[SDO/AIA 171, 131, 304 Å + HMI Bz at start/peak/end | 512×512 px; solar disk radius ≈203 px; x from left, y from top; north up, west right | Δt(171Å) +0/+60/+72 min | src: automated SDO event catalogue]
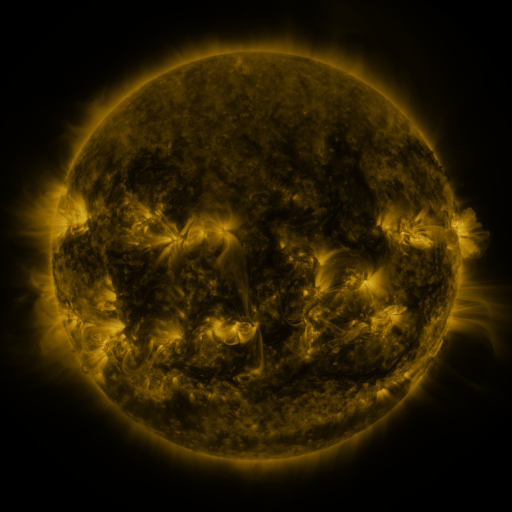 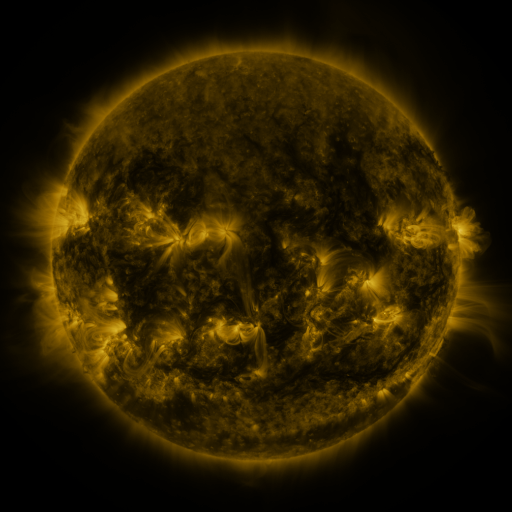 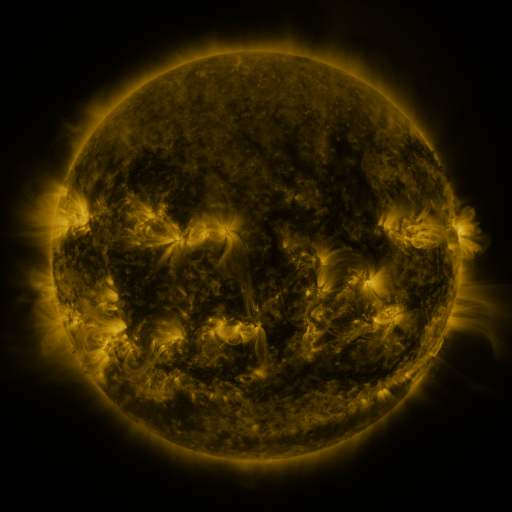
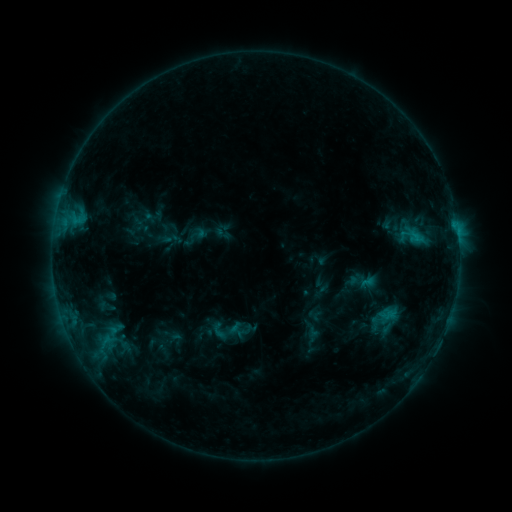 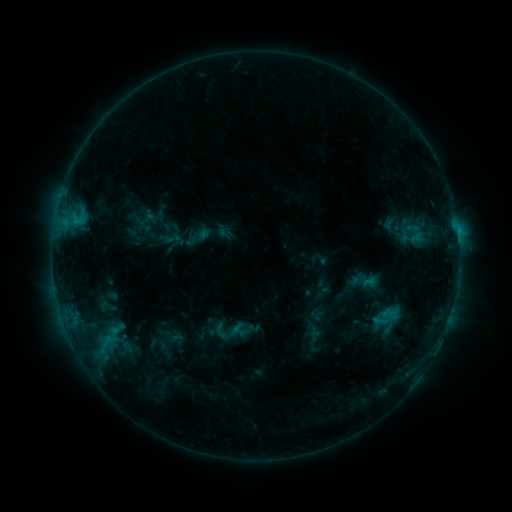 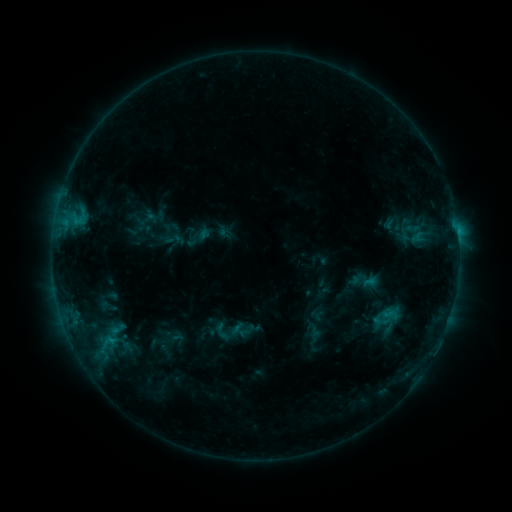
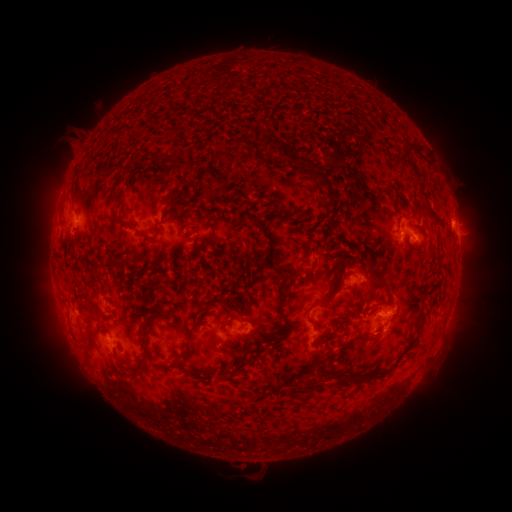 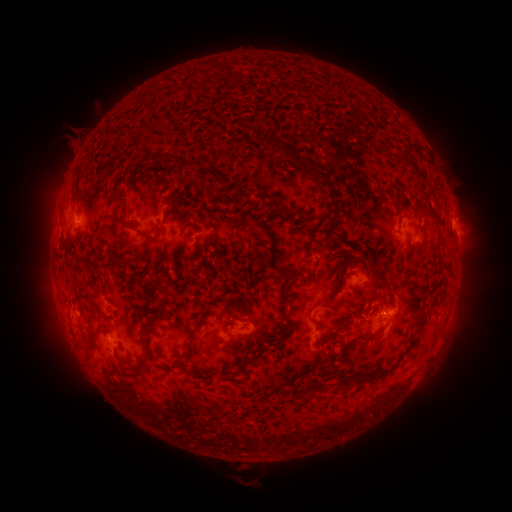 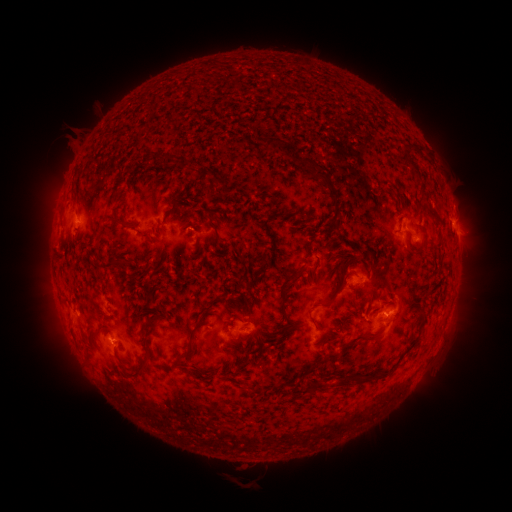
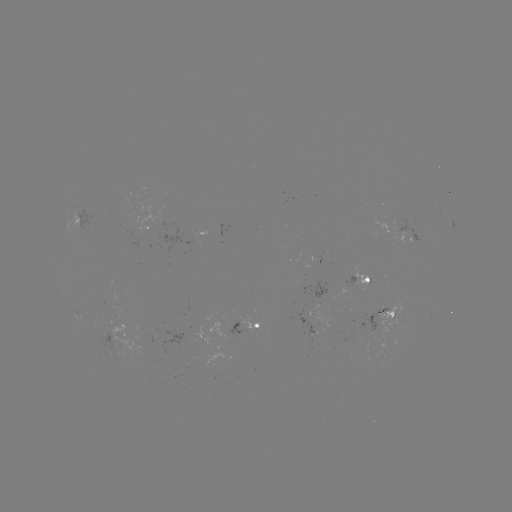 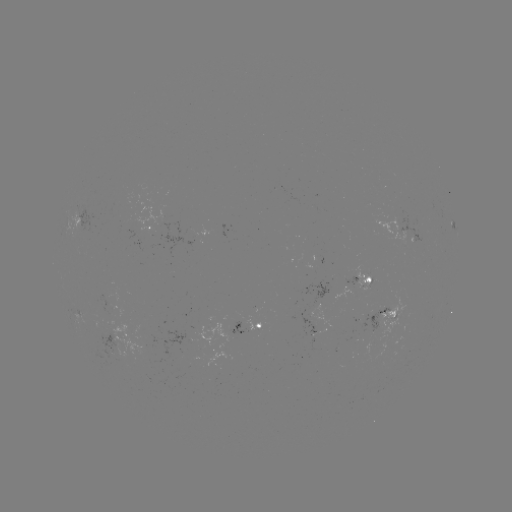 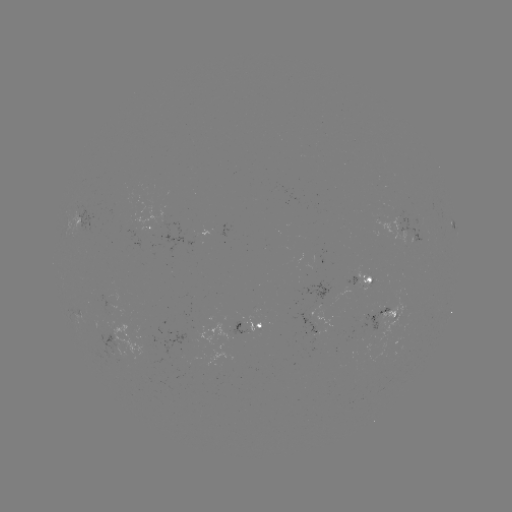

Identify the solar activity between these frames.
emerging-flux region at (318, 332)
